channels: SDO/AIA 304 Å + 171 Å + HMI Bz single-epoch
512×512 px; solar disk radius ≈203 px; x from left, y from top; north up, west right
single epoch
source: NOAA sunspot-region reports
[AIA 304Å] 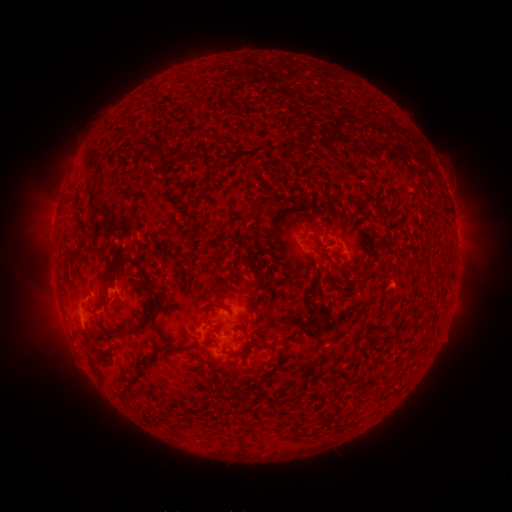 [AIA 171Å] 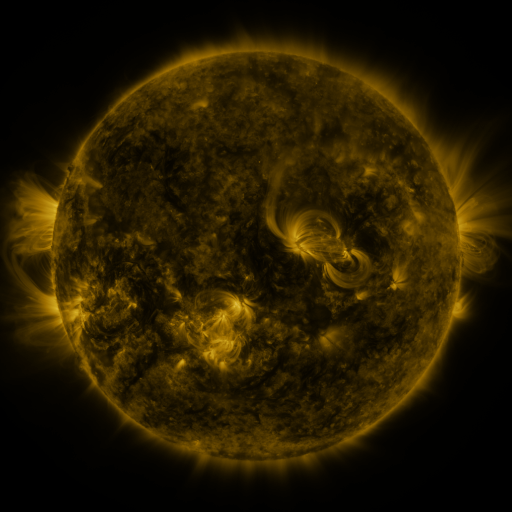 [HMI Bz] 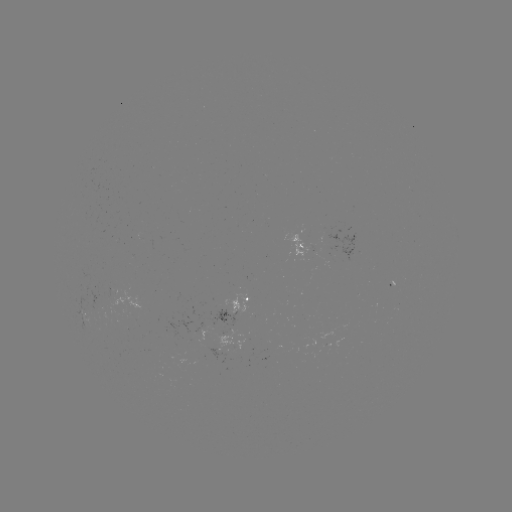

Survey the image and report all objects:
spotted active region: (308, 252)
spotted active region: (120, 292)
spotted active region: (238, 309)
spotted active region: (246, 343)
